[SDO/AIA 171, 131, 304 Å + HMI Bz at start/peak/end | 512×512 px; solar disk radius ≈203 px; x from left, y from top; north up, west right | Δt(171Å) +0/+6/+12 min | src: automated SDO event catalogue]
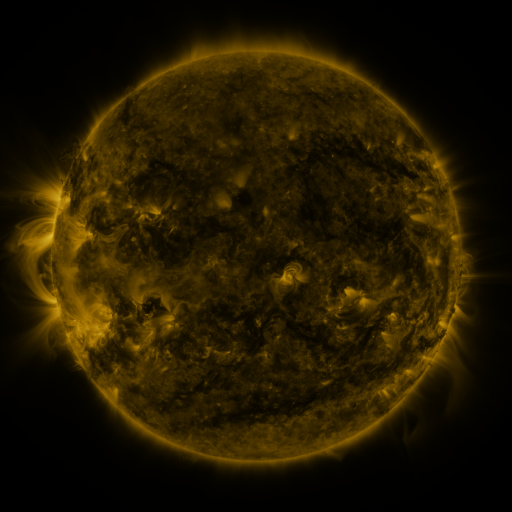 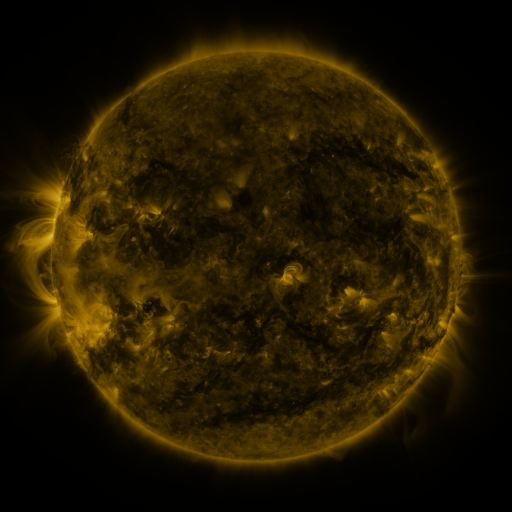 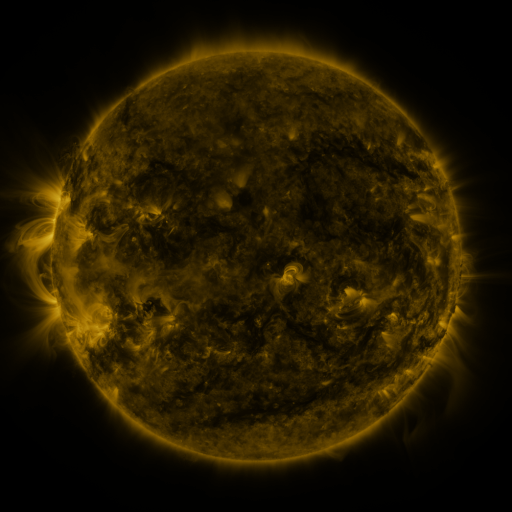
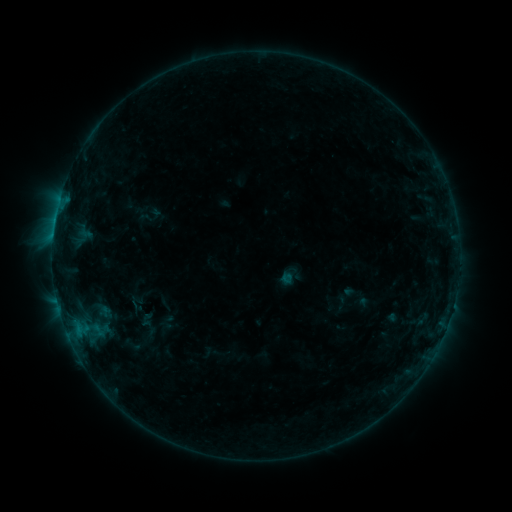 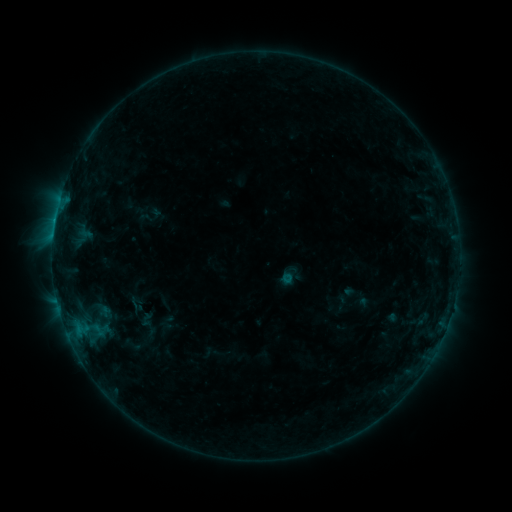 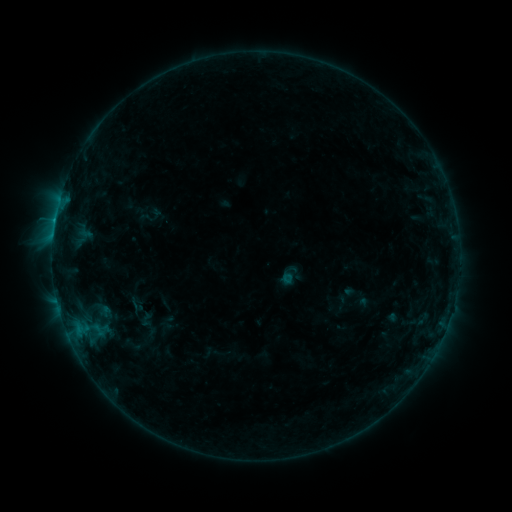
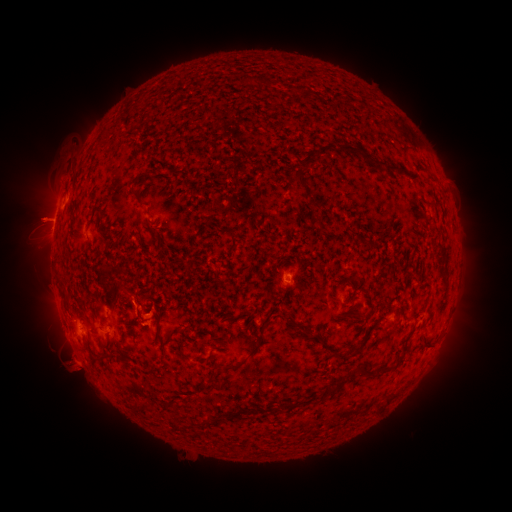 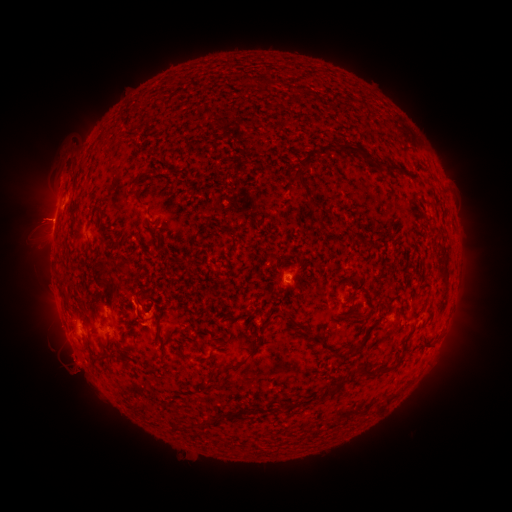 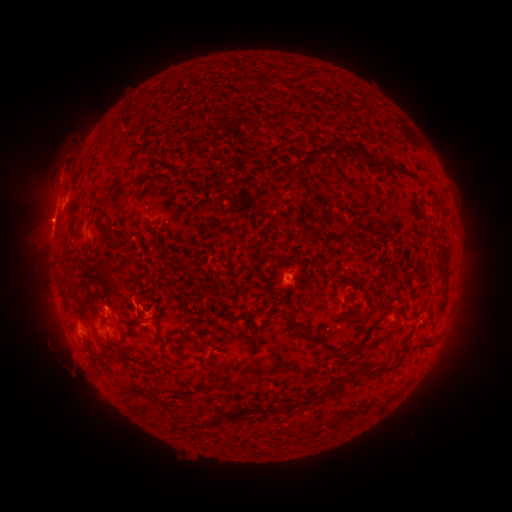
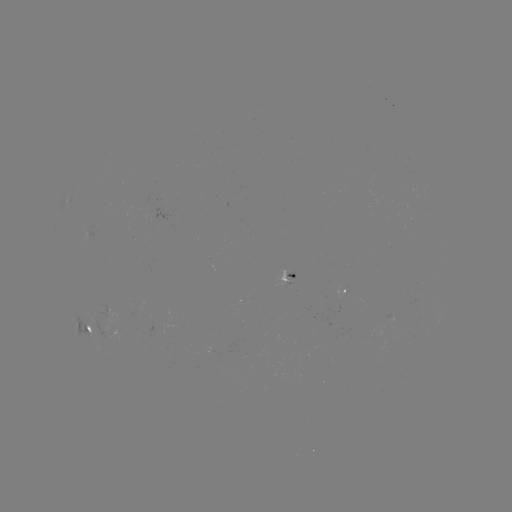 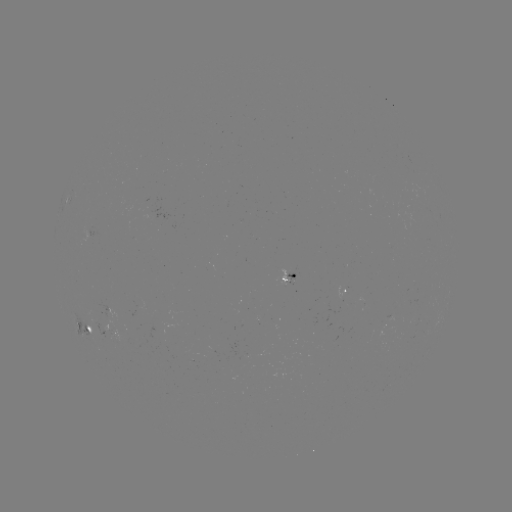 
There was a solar eruption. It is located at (39, 219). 